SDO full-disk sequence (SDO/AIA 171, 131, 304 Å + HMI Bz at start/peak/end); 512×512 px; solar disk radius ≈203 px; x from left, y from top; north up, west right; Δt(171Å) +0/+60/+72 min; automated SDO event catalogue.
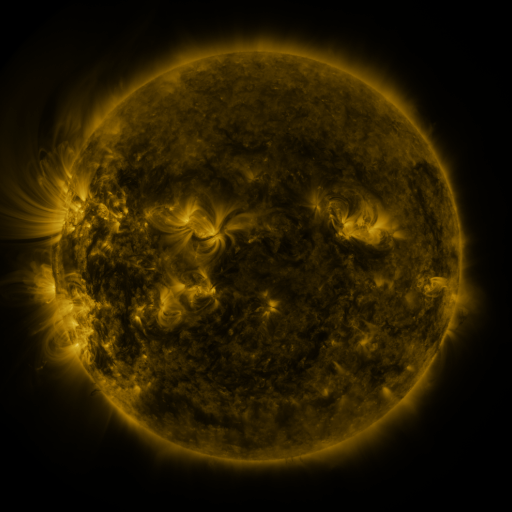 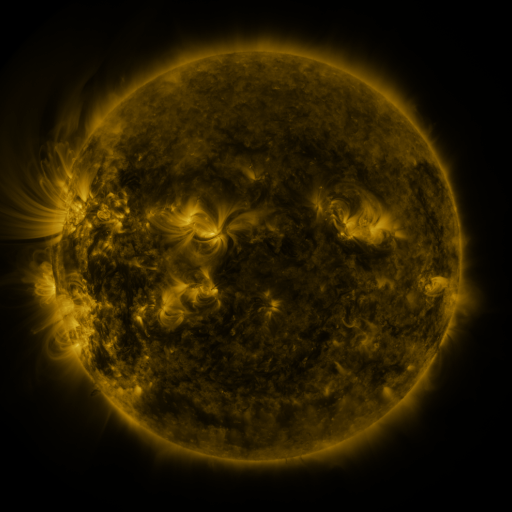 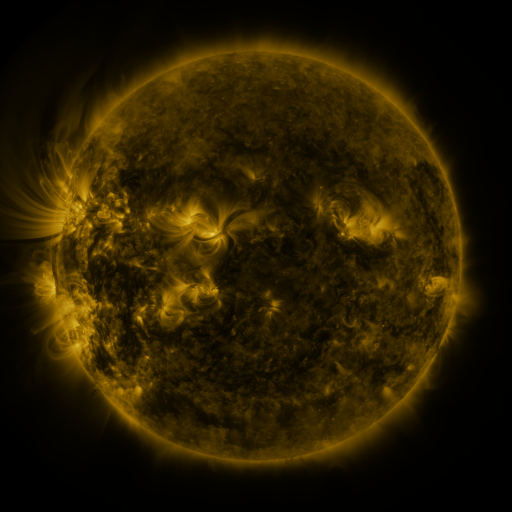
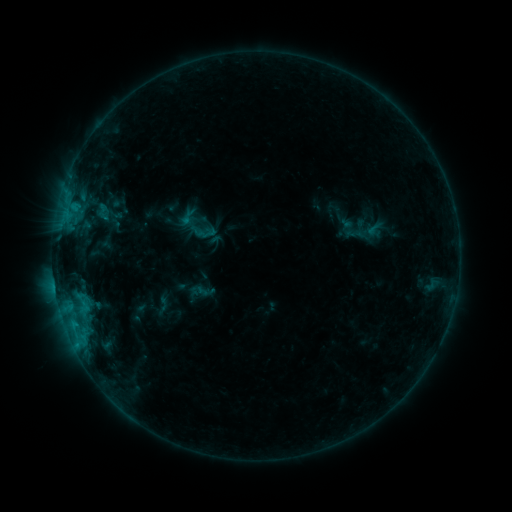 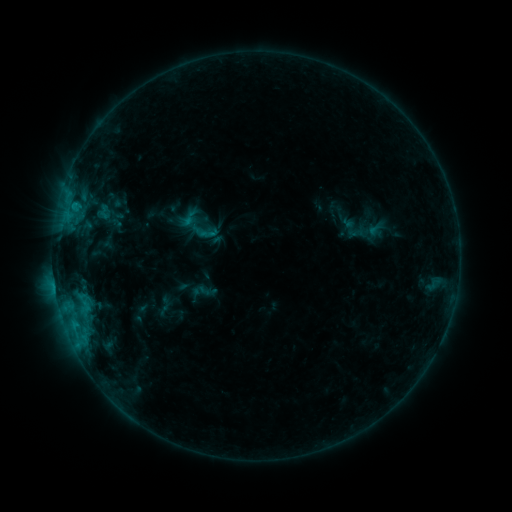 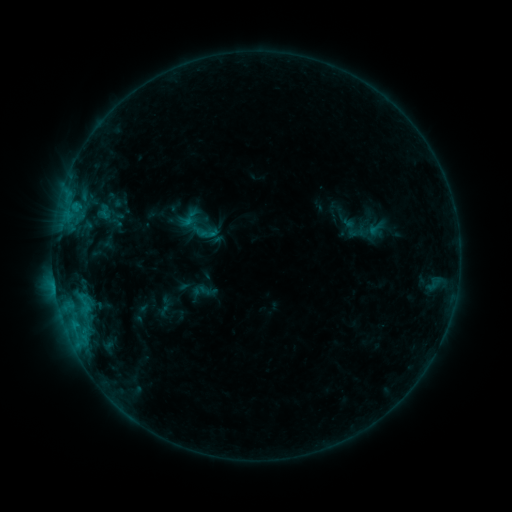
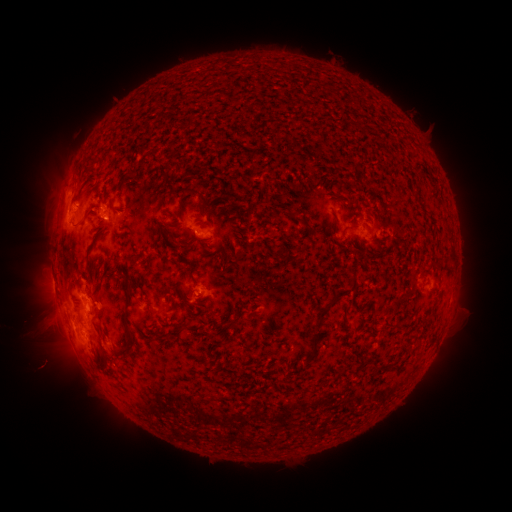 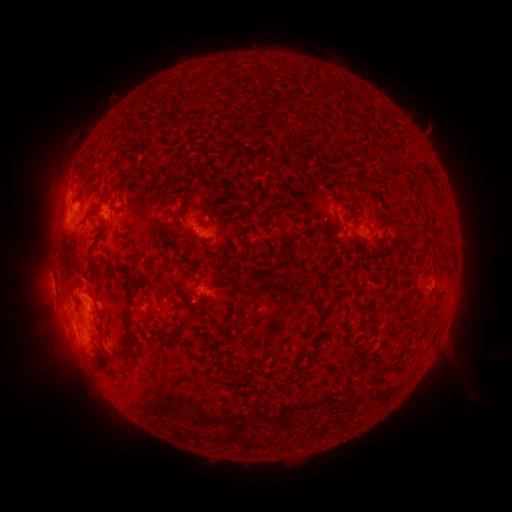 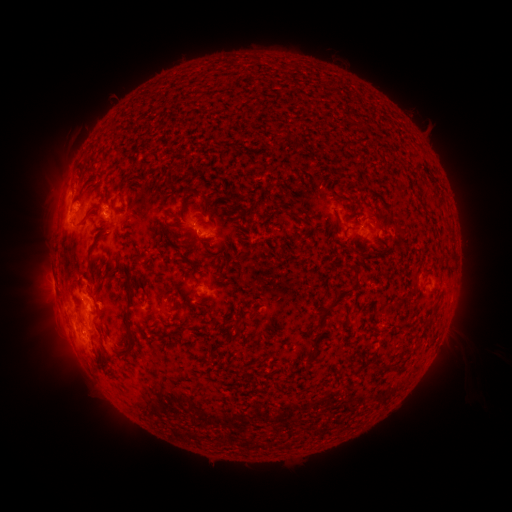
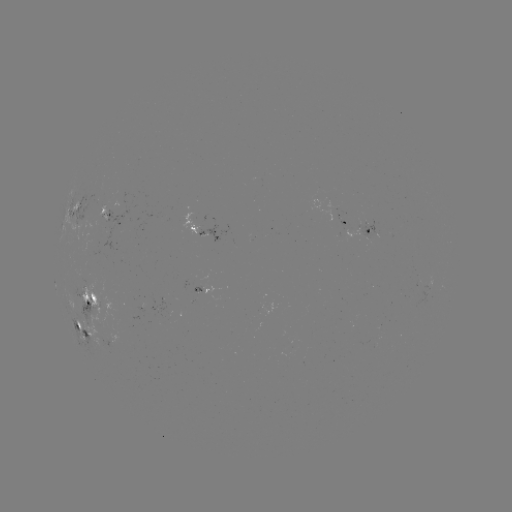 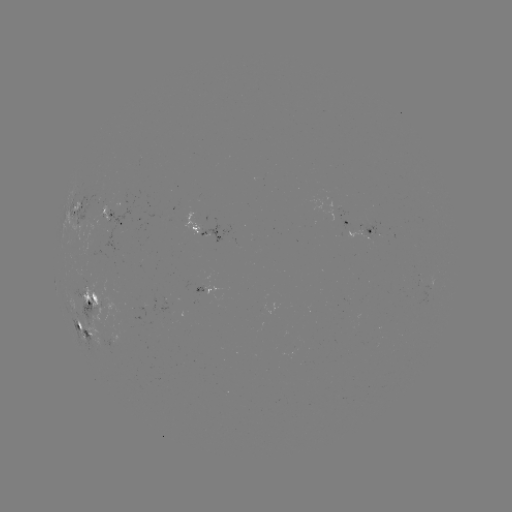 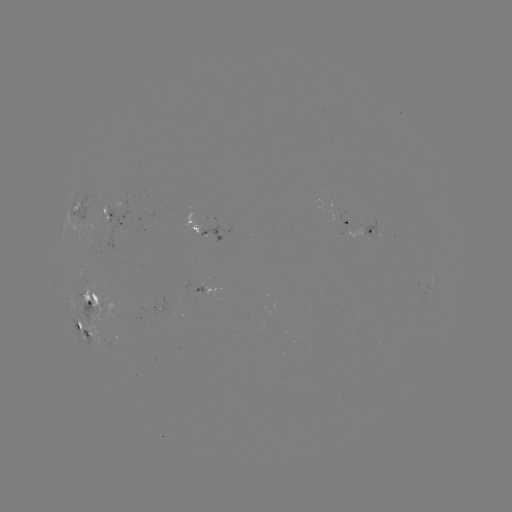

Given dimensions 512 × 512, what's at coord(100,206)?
emerging-flux region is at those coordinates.